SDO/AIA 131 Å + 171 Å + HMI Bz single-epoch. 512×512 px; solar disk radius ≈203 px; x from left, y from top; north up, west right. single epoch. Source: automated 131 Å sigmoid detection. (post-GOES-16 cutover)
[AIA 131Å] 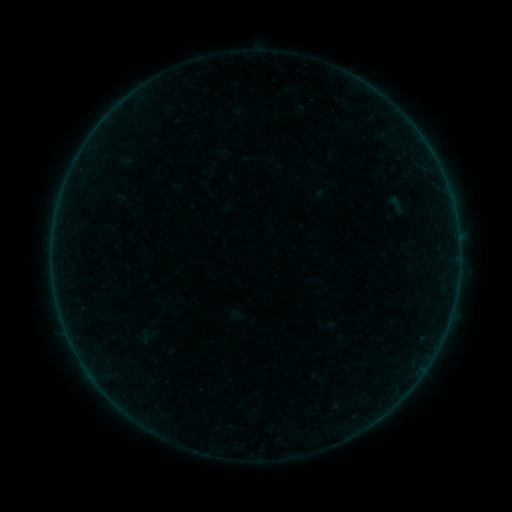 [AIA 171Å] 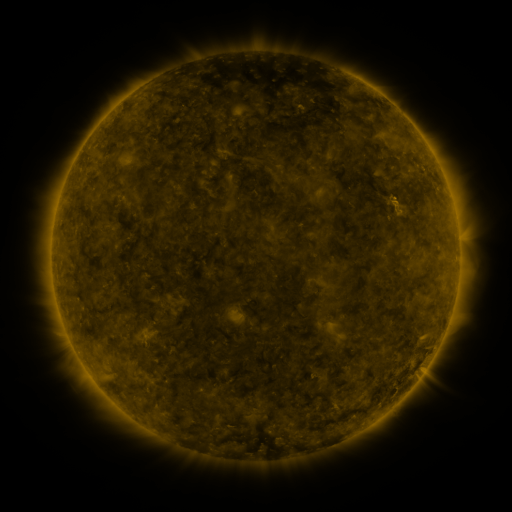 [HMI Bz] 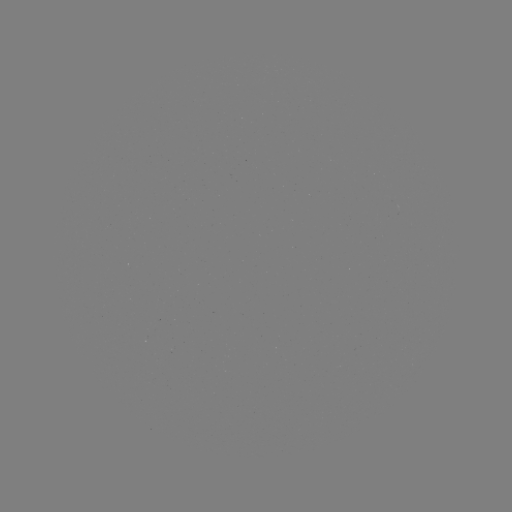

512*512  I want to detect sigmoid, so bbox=[379, 193, 412, 217].